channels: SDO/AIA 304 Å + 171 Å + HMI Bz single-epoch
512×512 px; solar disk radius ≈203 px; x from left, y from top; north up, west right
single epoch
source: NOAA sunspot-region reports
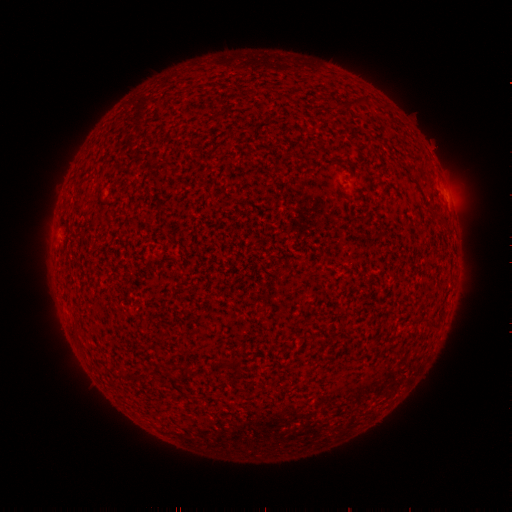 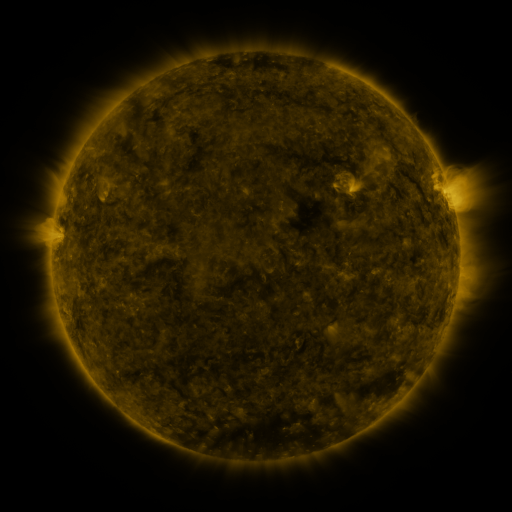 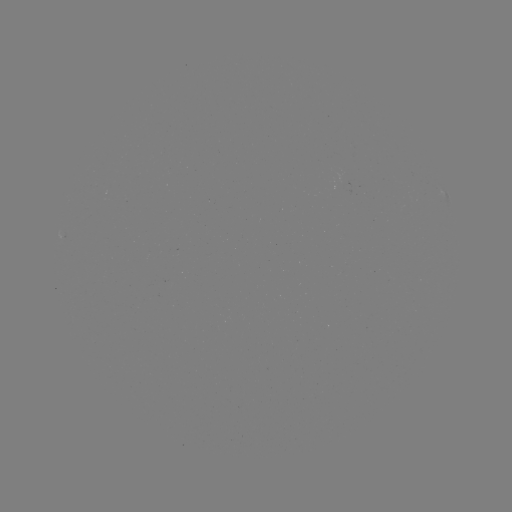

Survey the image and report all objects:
spotted active region: (447, 201)
spotted active region: (64, 241)
